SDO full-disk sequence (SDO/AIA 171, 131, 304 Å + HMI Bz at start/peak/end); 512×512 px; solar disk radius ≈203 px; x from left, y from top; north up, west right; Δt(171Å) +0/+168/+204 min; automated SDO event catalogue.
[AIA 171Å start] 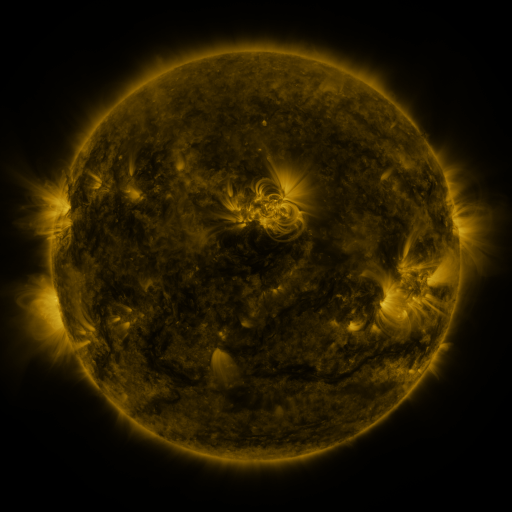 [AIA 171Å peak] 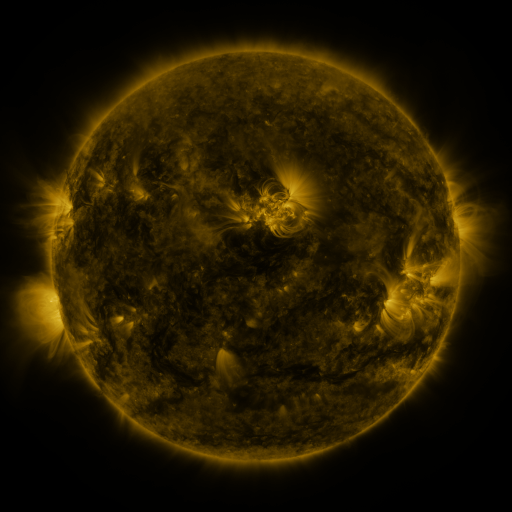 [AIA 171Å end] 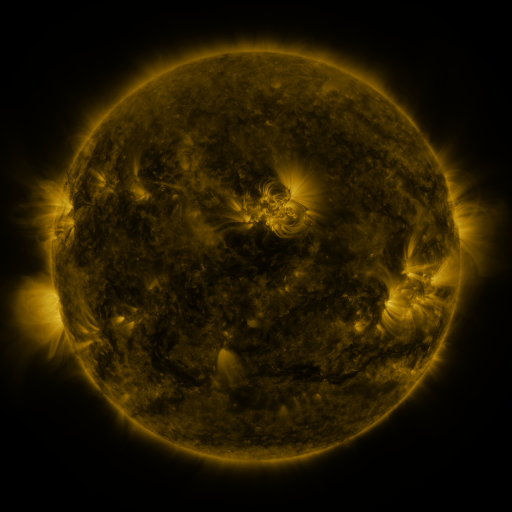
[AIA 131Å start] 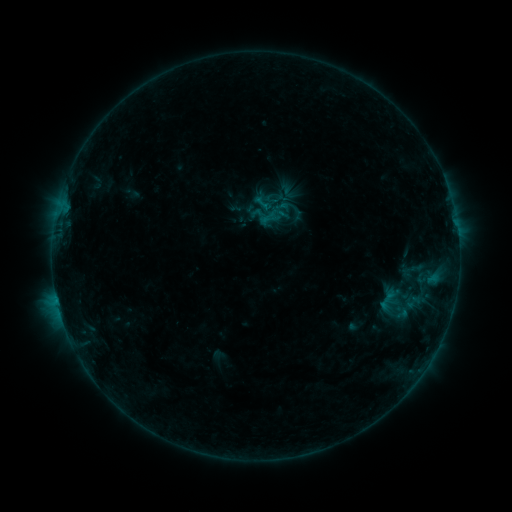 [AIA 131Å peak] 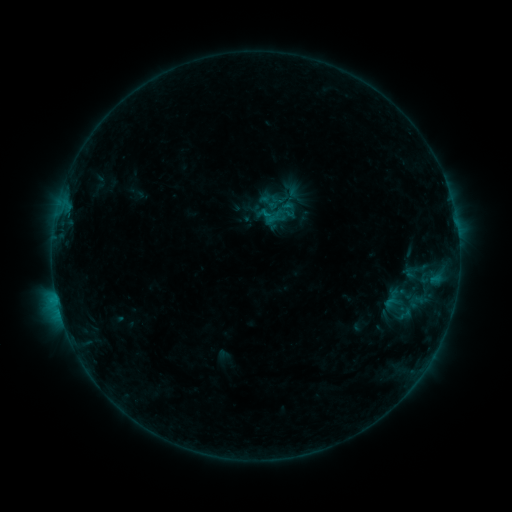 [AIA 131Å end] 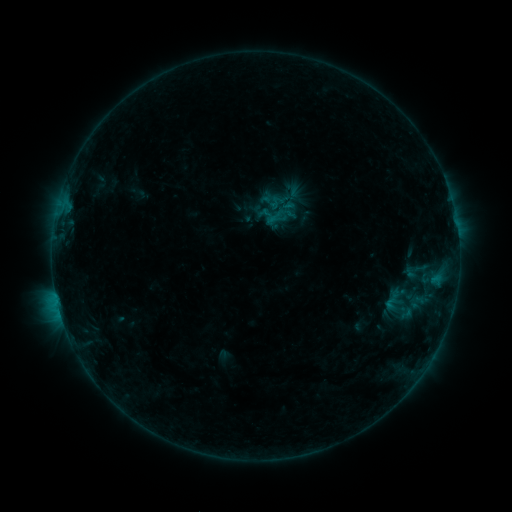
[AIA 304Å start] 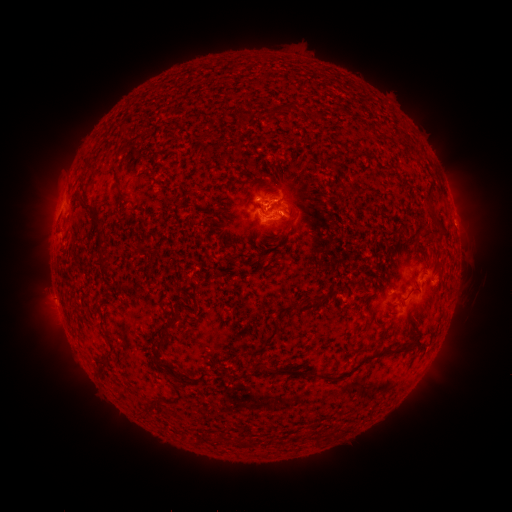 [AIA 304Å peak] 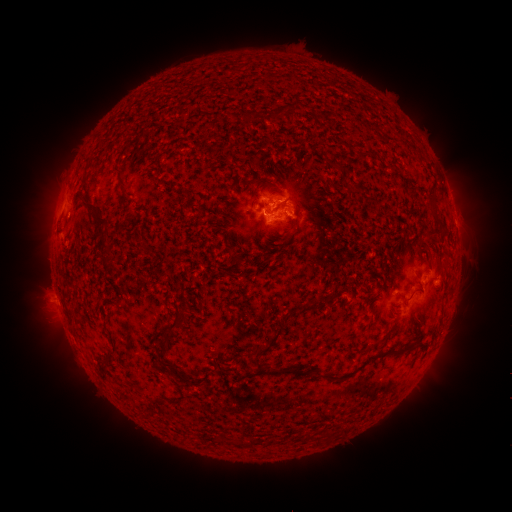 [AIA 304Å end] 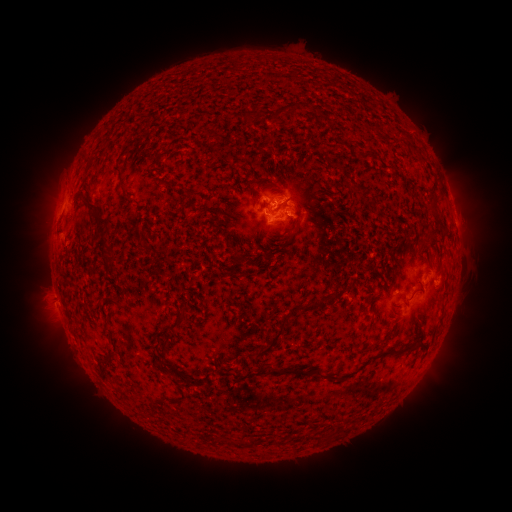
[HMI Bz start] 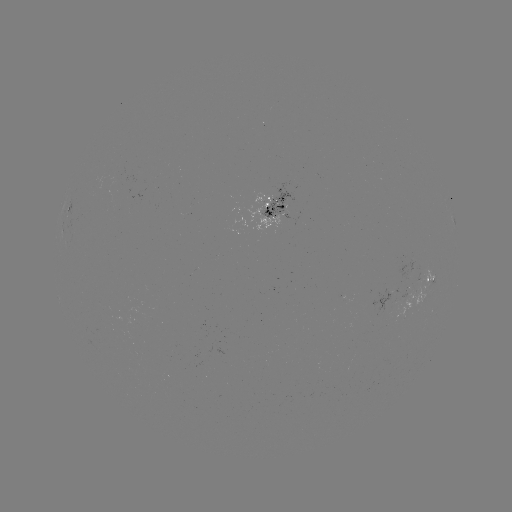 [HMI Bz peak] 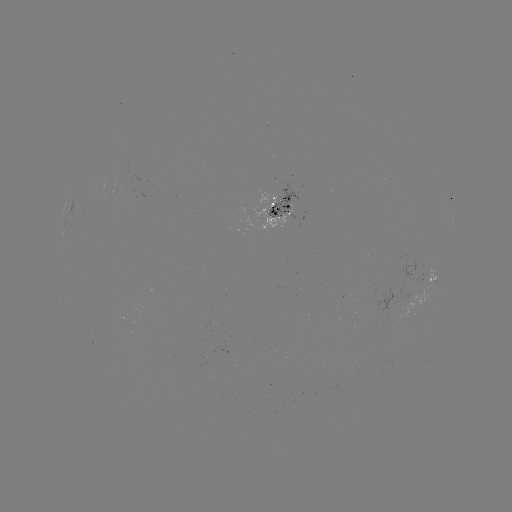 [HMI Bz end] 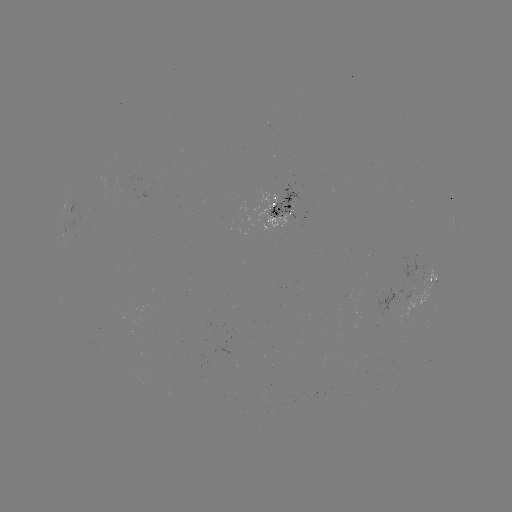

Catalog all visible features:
emerging-flux region: (286, 206)
